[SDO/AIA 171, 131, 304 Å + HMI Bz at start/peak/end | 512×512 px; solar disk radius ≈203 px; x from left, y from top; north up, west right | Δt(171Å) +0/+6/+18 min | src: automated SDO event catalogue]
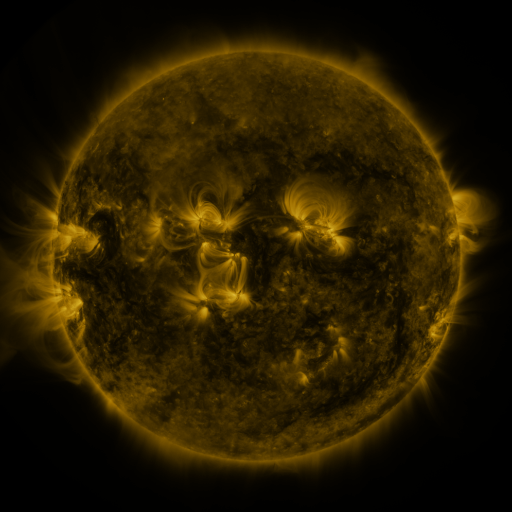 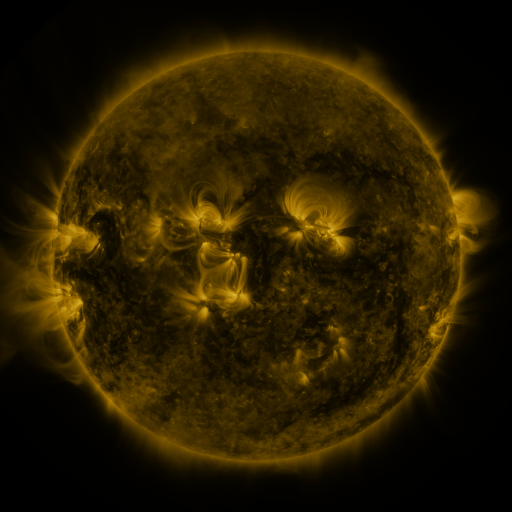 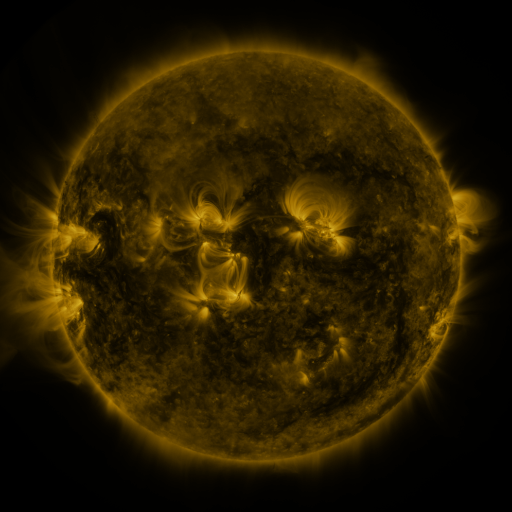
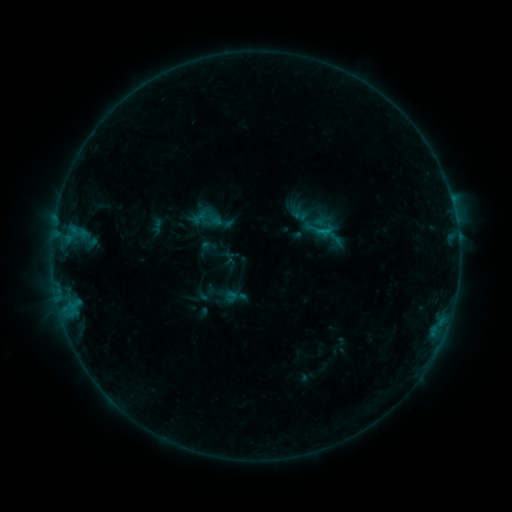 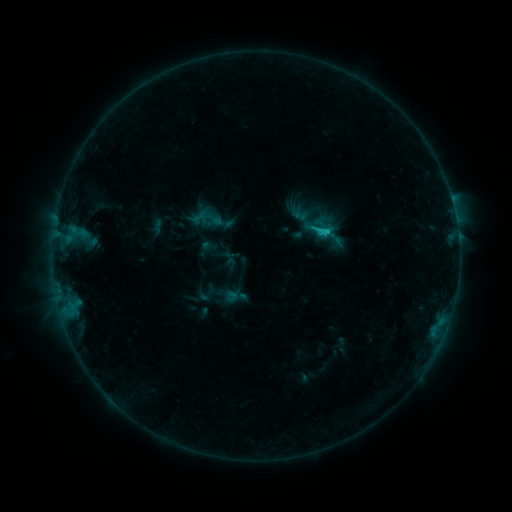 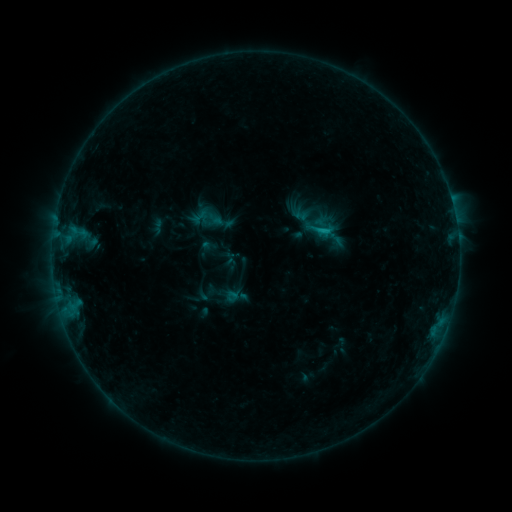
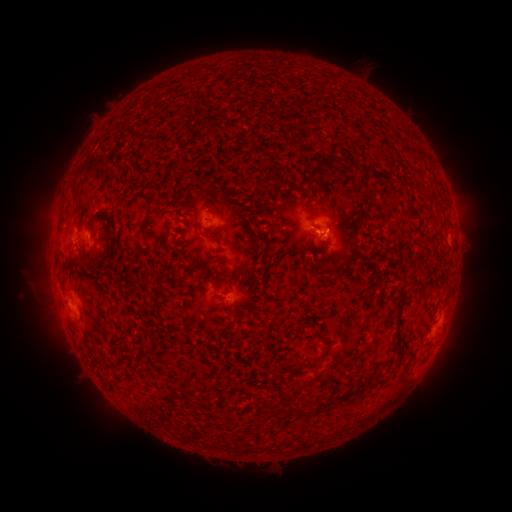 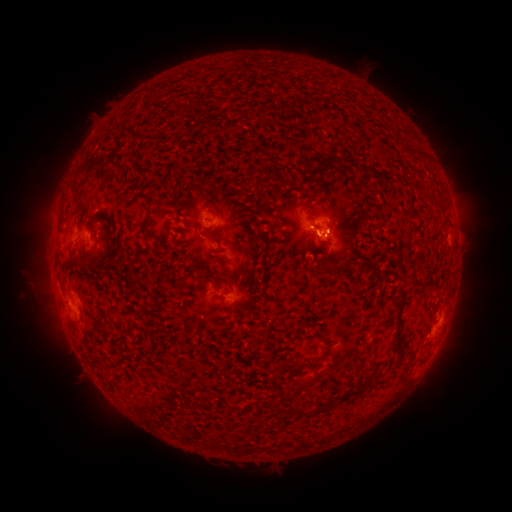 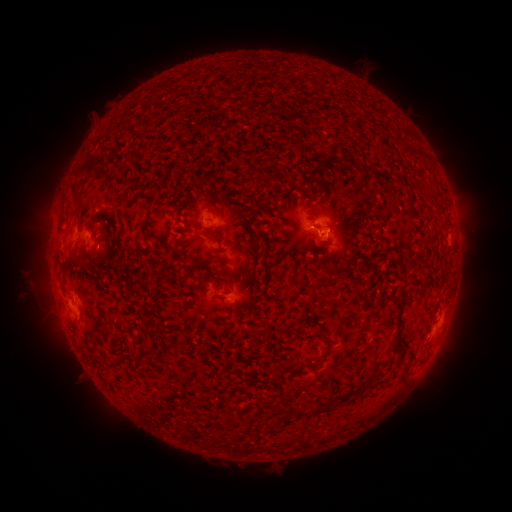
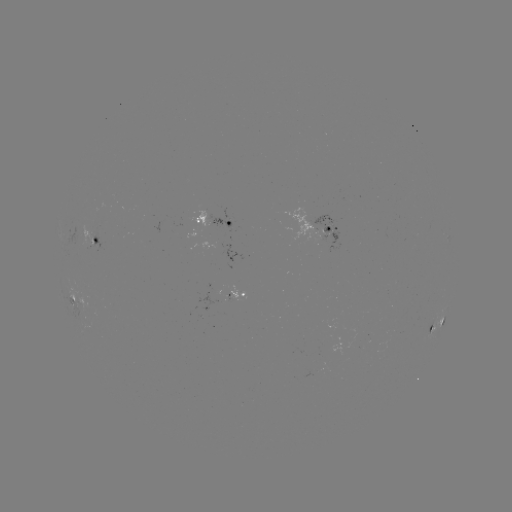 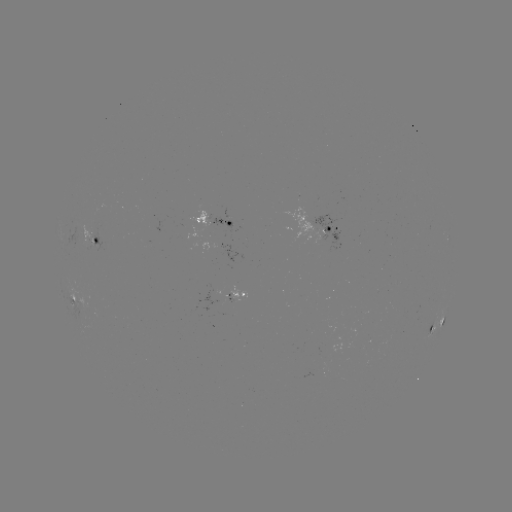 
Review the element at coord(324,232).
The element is C1.2 flare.